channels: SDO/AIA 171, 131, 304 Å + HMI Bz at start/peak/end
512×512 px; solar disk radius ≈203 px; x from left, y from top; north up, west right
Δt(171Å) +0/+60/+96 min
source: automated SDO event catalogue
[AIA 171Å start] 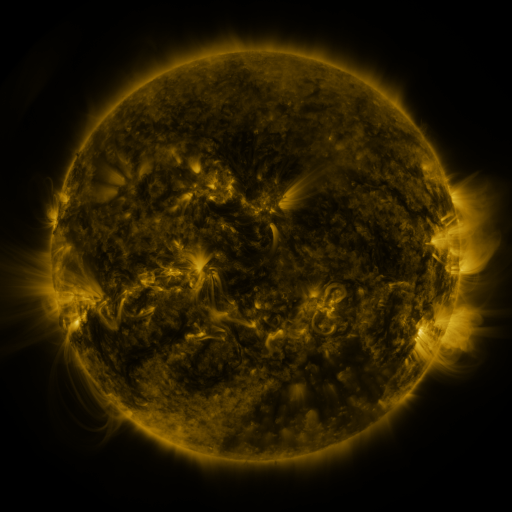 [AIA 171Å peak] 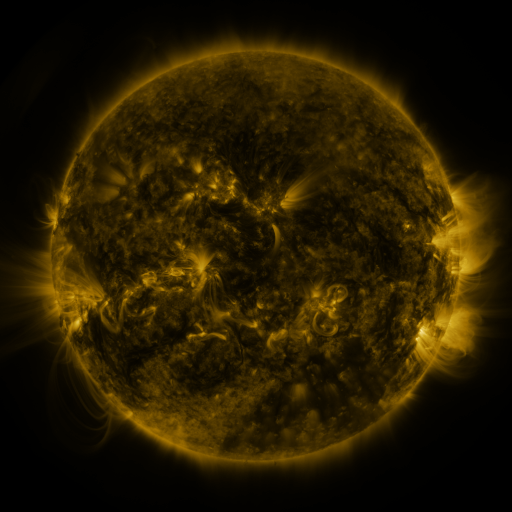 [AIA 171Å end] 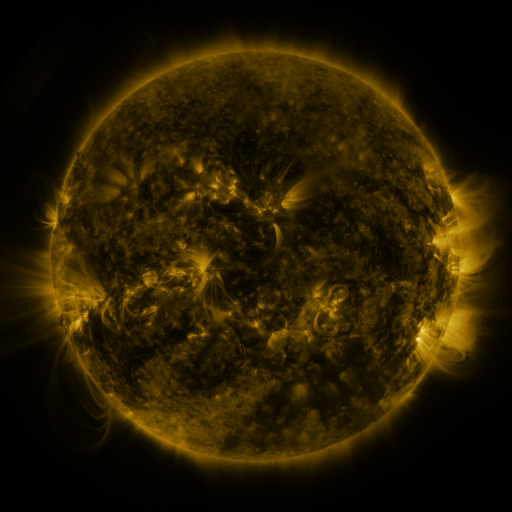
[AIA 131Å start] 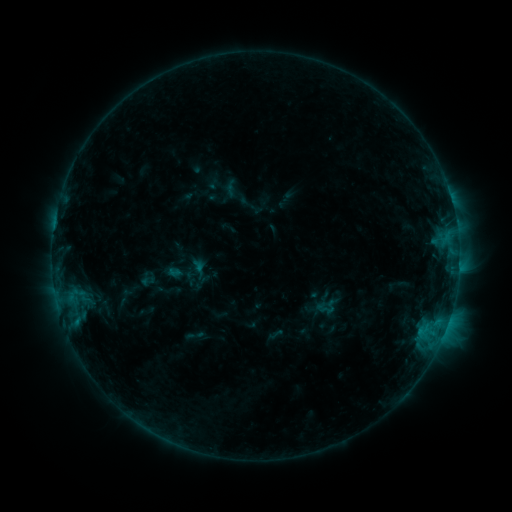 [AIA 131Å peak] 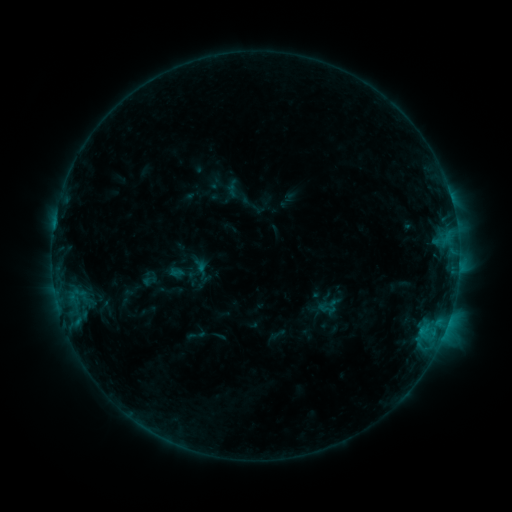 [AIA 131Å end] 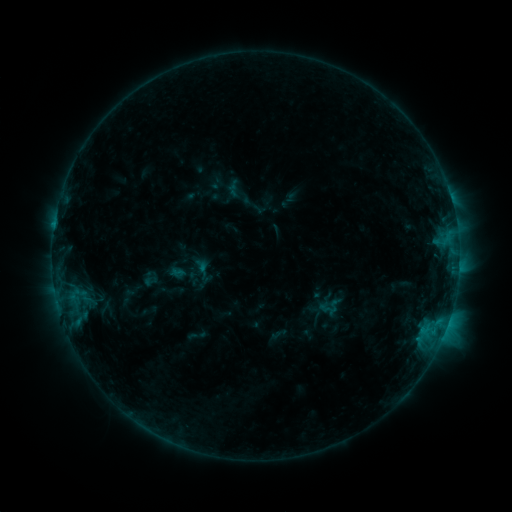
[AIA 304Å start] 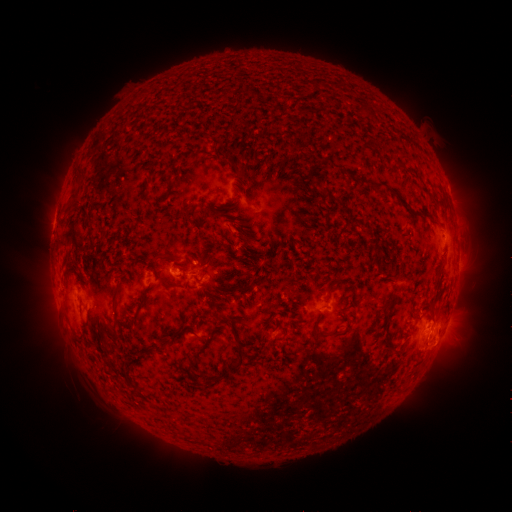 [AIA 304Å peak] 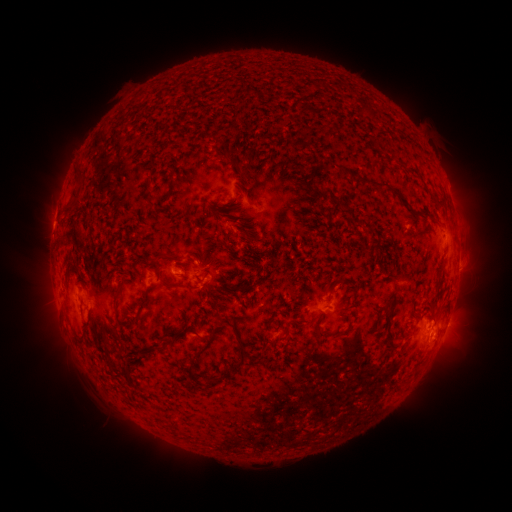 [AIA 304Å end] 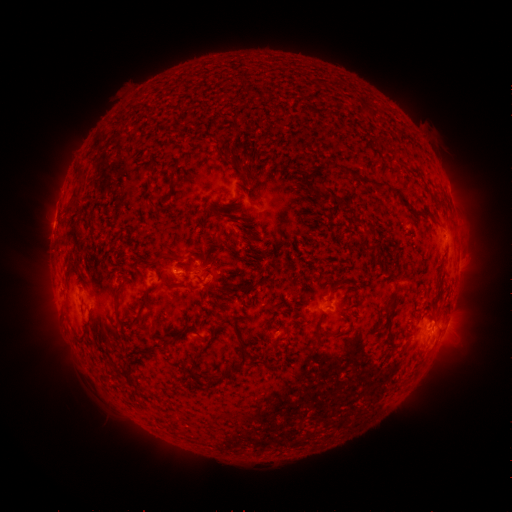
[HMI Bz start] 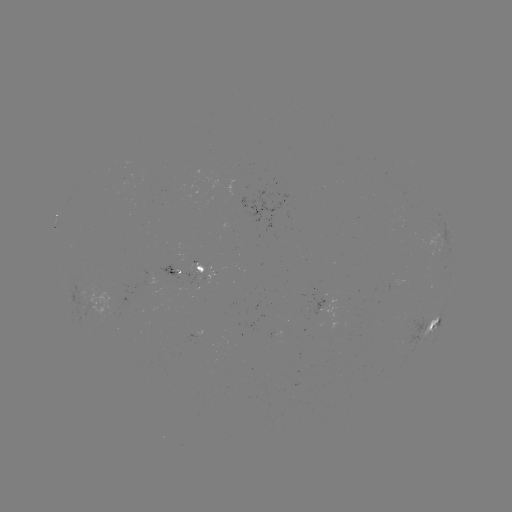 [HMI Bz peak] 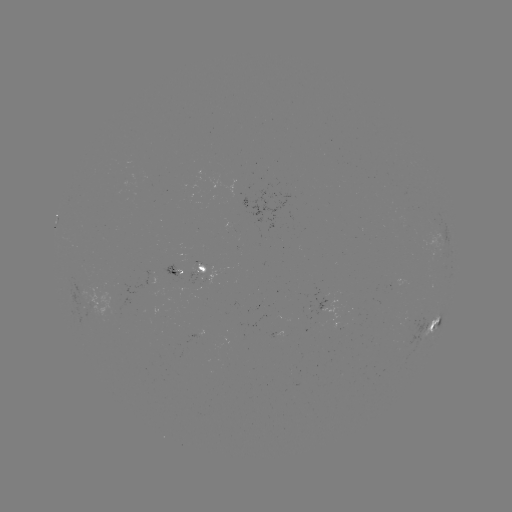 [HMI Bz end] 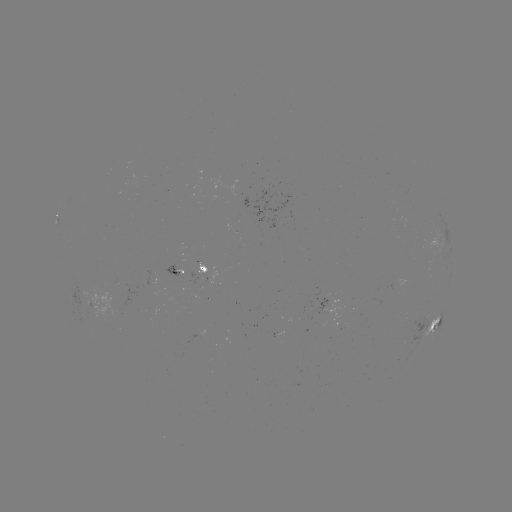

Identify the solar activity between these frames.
emerging-flux region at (199, 337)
